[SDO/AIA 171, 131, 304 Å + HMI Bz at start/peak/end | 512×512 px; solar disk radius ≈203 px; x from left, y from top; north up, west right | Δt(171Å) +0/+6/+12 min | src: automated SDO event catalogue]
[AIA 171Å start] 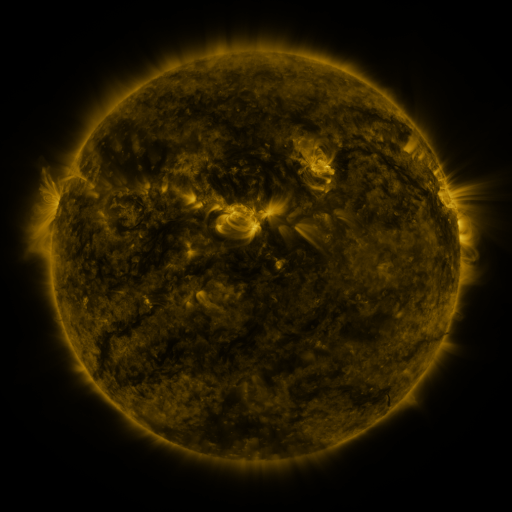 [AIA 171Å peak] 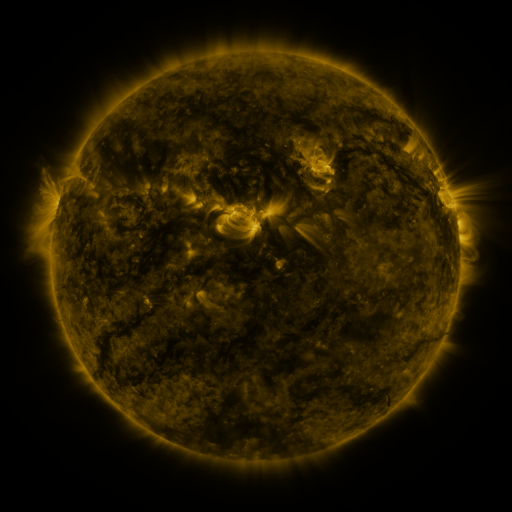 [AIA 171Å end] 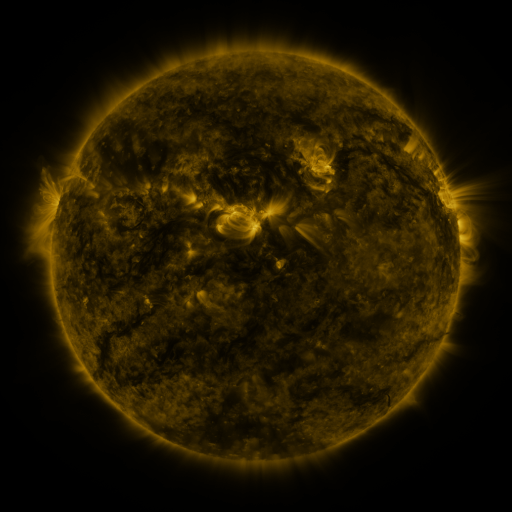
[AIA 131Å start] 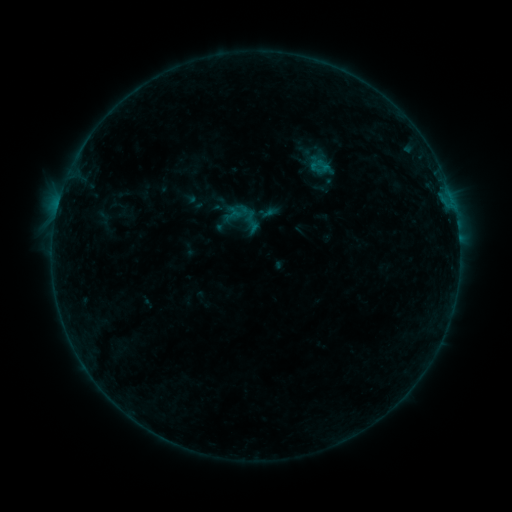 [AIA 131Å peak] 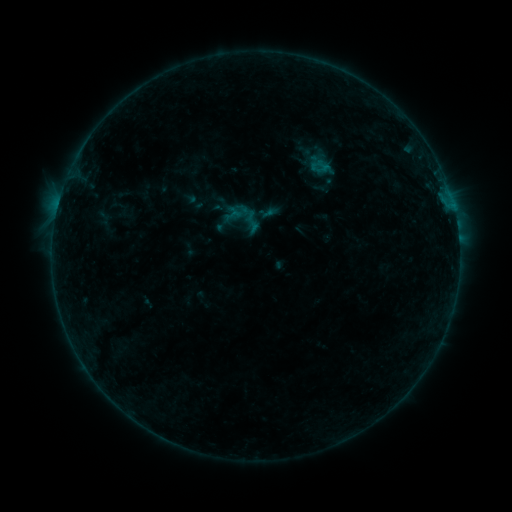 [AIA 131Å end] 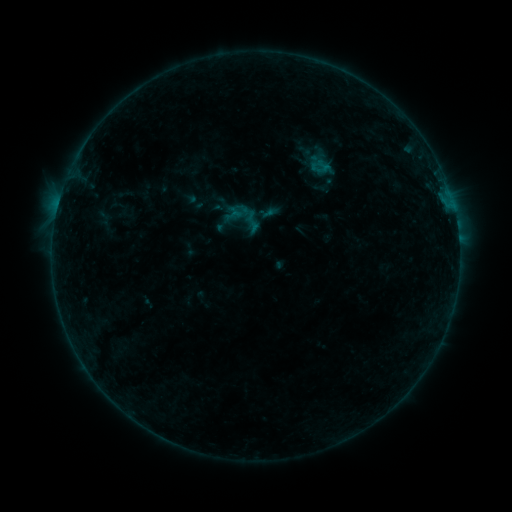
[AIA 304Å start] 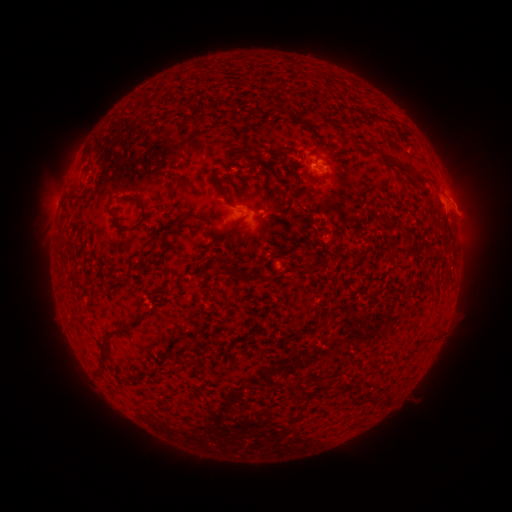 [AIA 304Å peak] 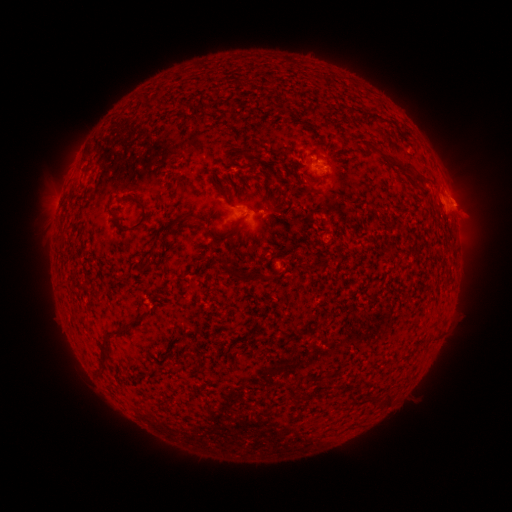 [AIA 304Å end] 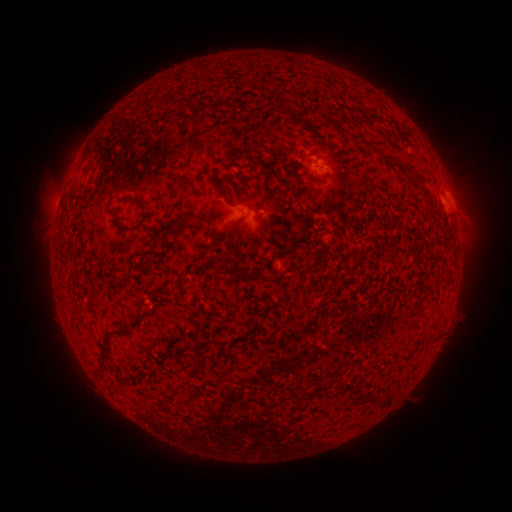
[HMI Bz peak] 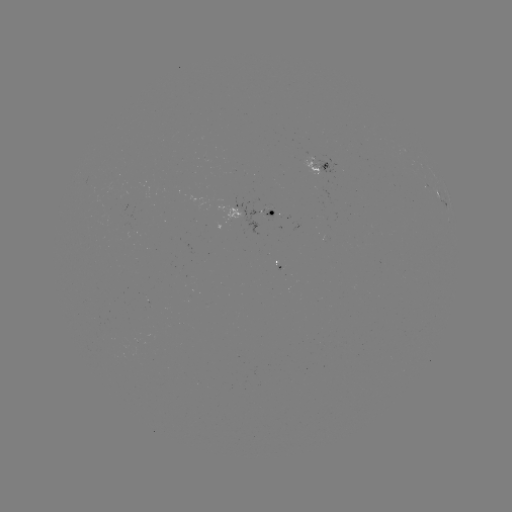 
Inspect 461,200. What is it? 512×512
eruption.